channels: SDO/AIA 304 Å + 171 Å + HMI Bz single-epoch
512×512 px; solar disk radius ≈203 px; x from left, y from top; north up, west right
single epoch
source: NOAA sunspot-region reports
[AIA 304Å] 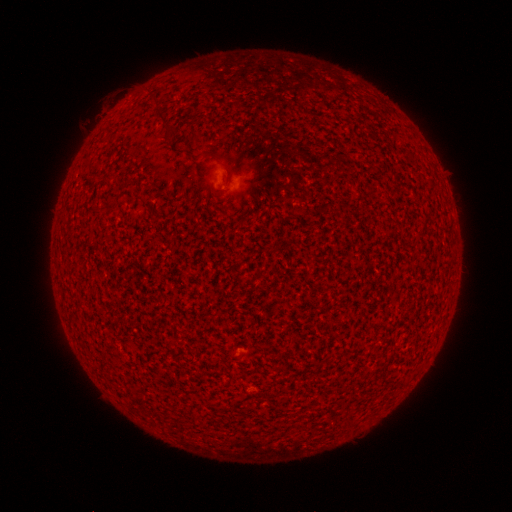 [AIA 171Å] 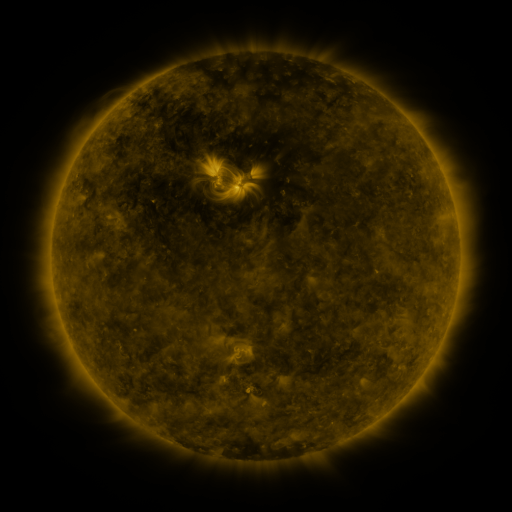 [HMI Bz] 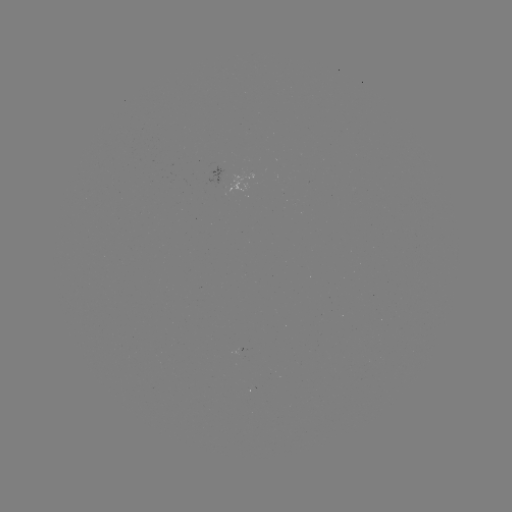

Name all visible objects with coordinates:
(none)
